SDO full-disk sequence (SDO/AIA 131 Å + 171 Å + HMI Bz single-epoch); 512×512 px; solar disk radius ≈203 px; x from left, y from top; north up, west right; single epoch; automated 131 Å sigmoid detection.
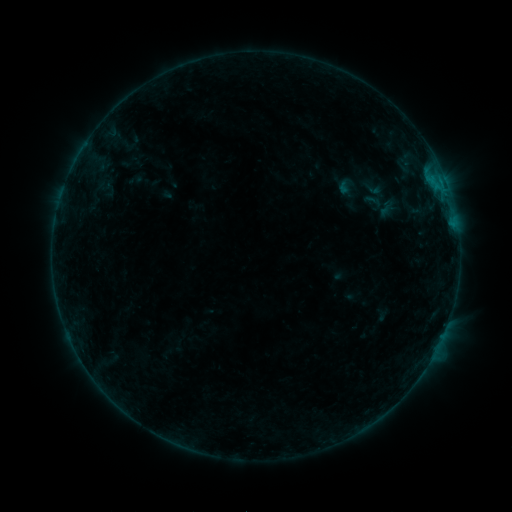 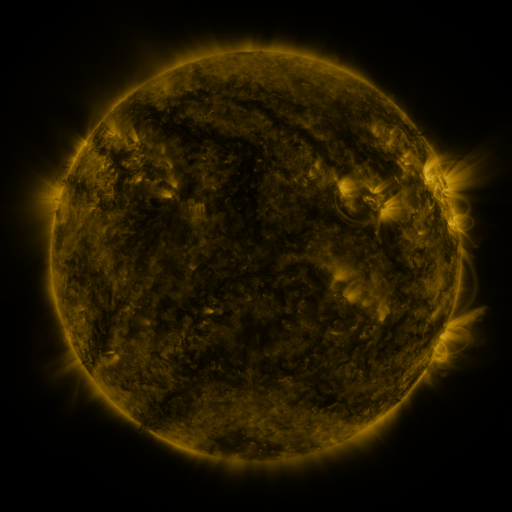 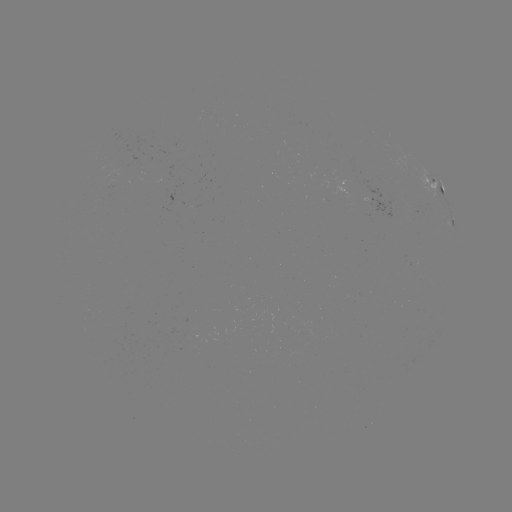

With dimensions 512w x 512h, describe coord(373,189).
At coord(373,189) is sigmoid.